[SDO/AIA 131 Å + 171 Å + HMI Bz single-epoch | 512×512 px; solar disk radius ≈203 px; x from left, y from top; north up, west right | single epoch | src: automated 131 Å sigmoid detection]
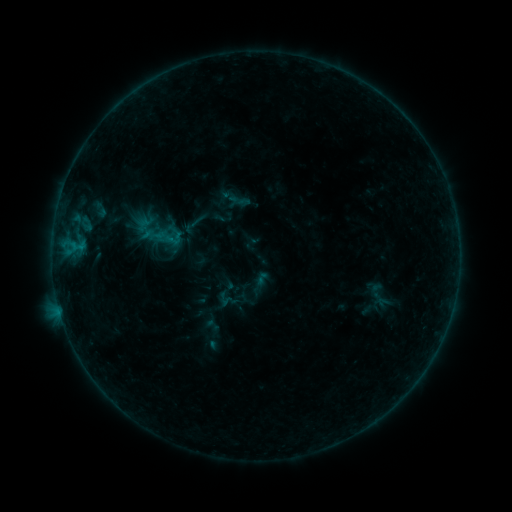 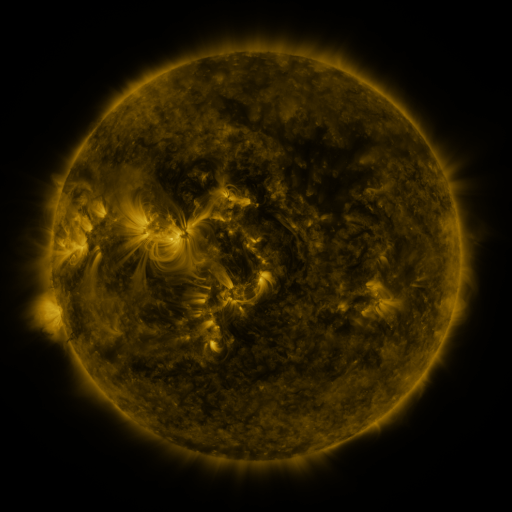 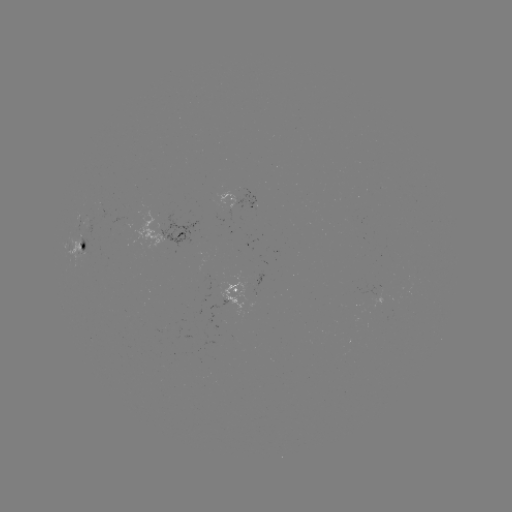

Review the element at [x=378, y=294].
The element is sigmoid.